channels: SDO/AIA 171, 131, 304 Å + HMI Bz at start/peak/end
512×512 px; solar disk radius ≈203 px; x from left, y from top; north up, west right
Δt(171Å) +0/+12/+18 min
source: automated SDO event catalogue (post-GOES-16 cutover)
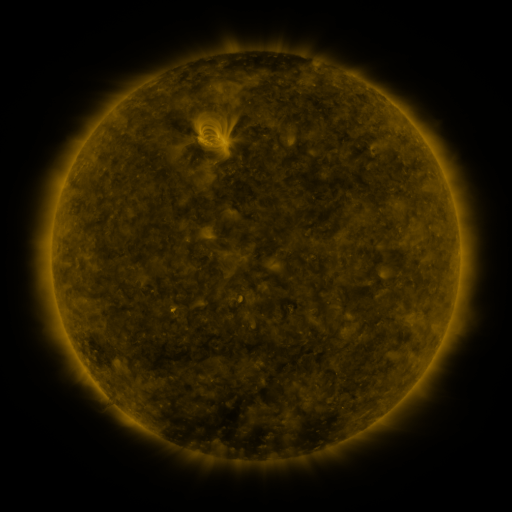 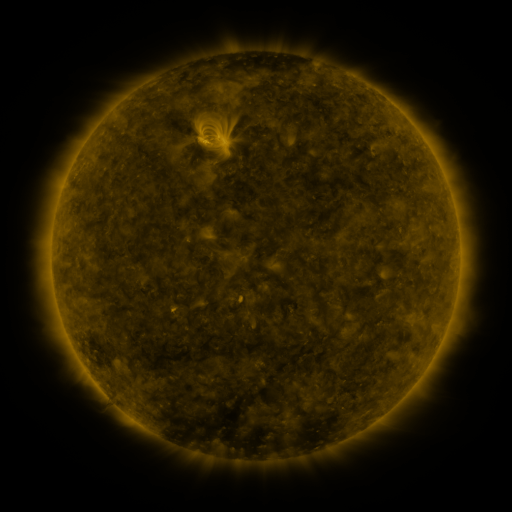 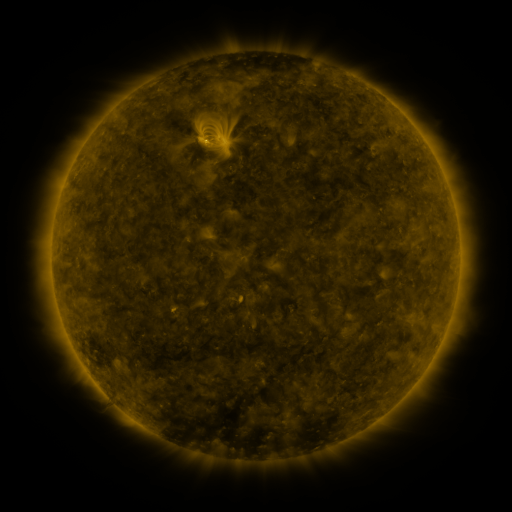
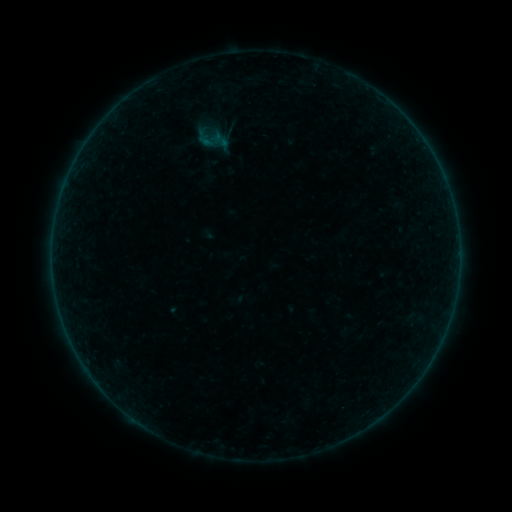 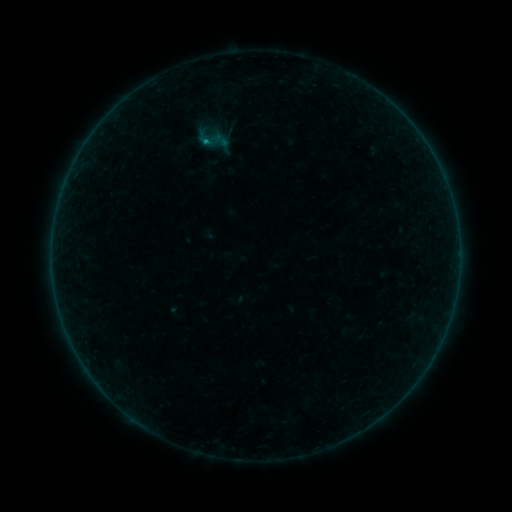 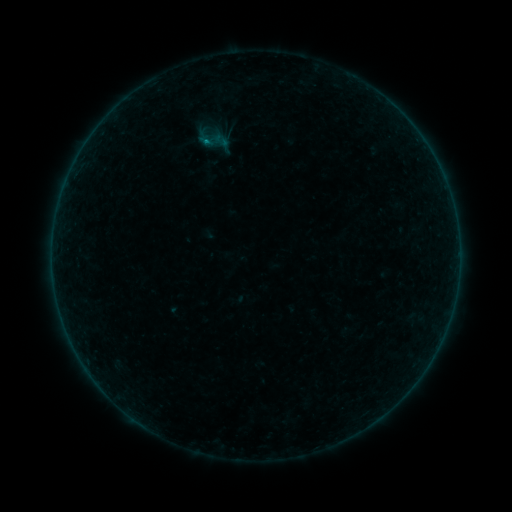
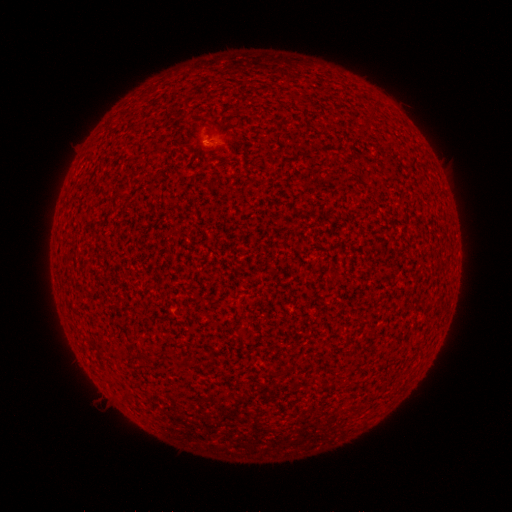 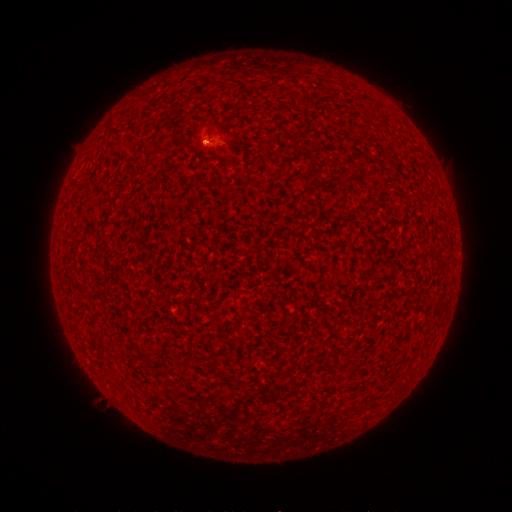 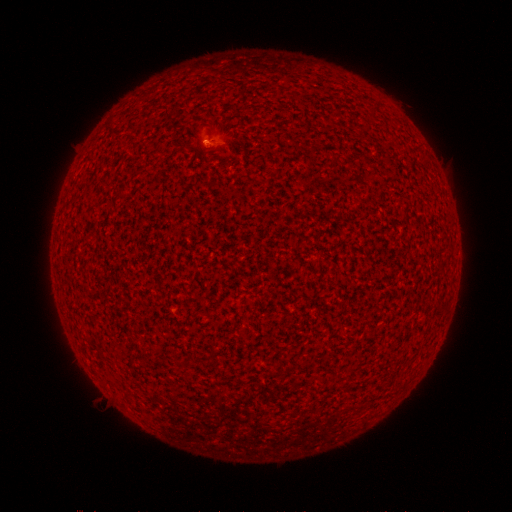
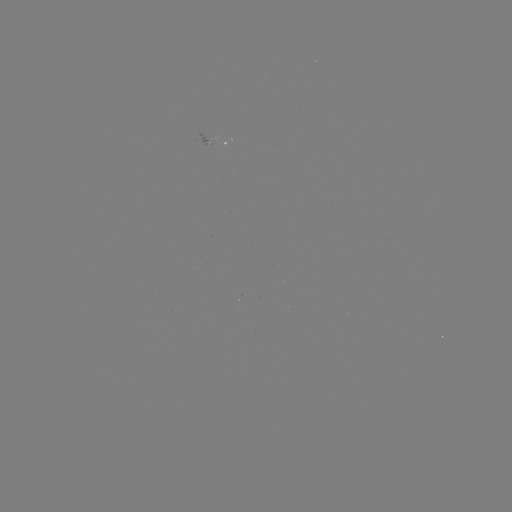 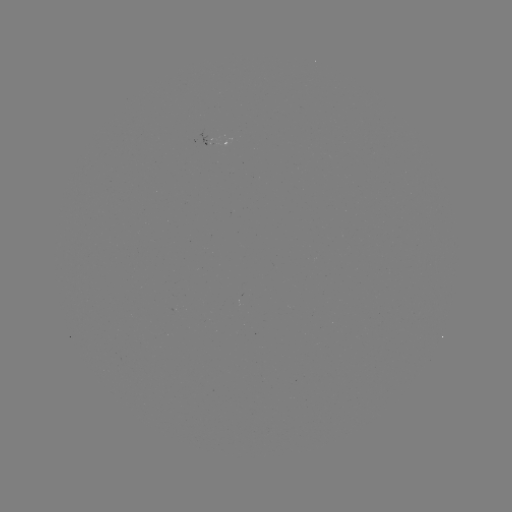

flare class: B4.2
